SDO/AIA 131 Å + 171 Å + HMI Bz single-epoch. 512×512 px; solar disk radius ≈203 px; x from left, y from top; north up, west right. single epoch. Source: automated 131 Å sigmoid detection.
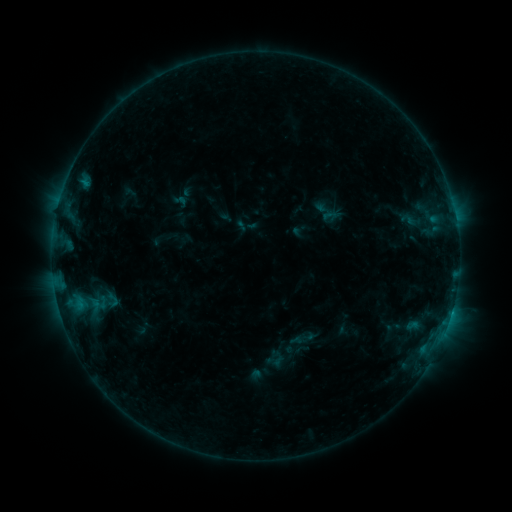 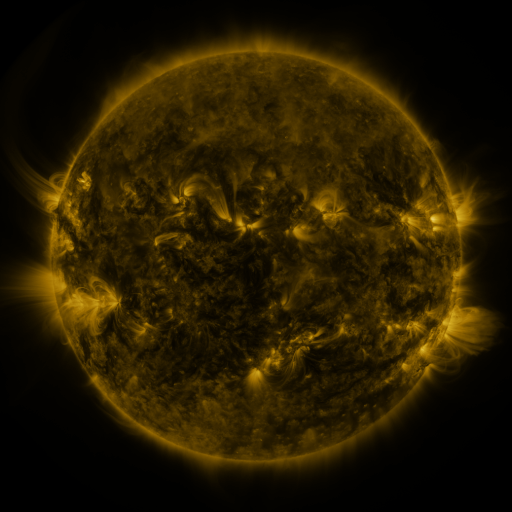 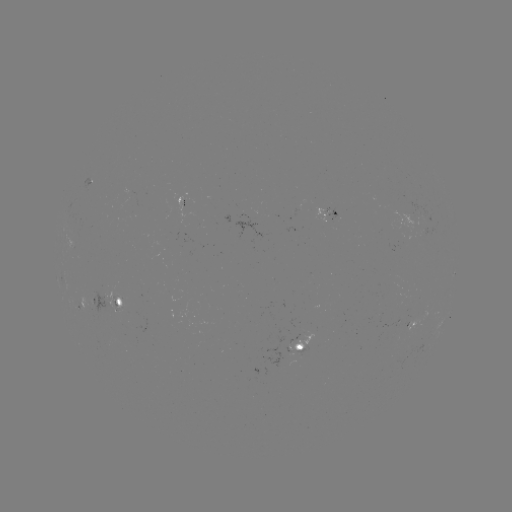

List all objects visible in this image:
sigmoid: [102, 290, 123, 310]
